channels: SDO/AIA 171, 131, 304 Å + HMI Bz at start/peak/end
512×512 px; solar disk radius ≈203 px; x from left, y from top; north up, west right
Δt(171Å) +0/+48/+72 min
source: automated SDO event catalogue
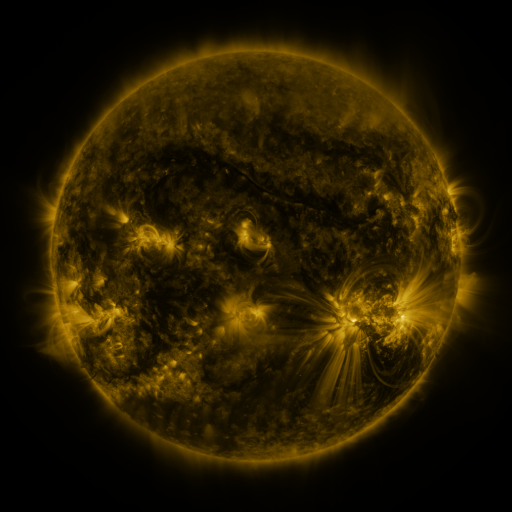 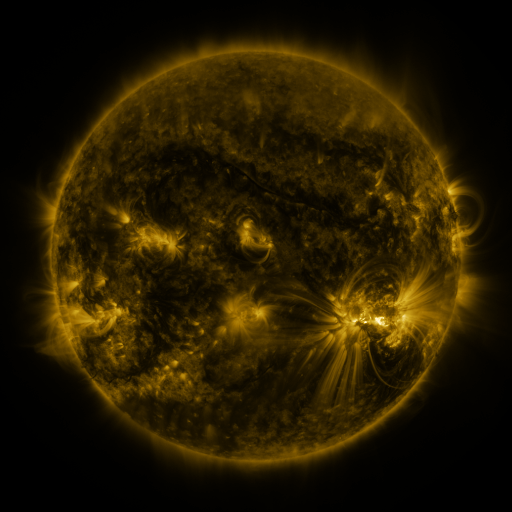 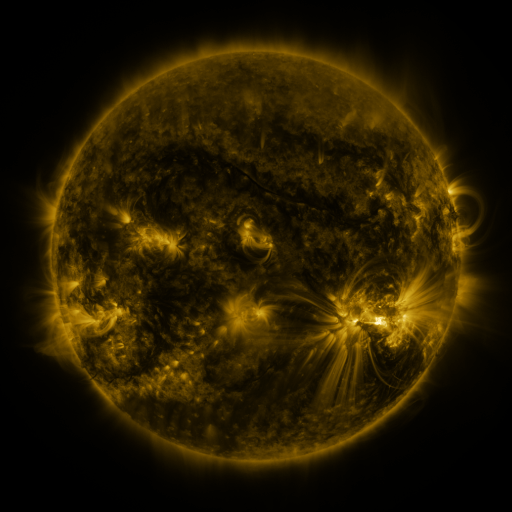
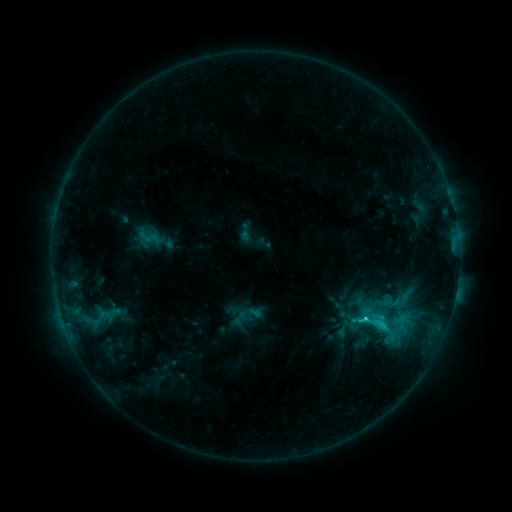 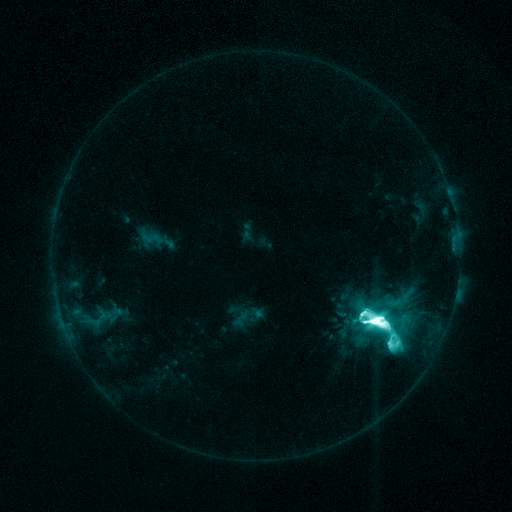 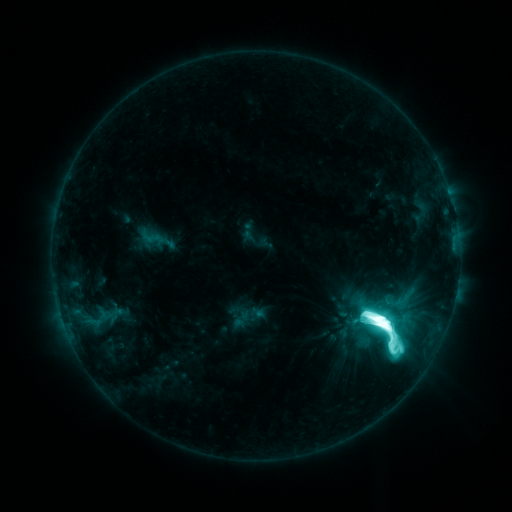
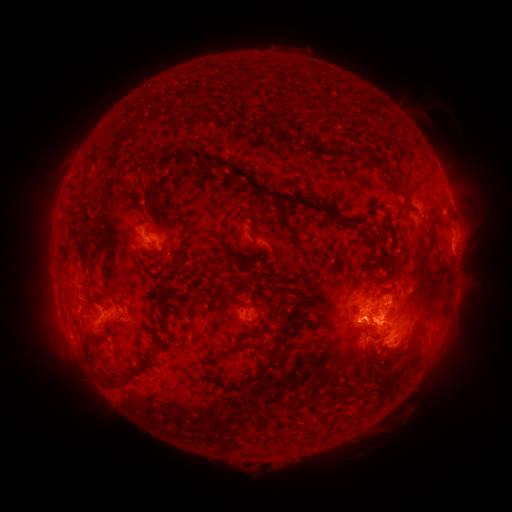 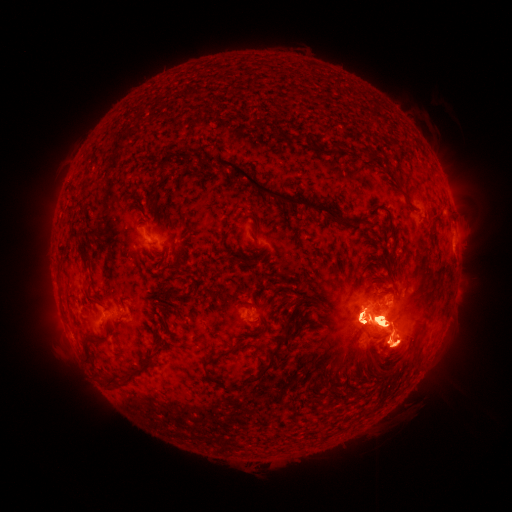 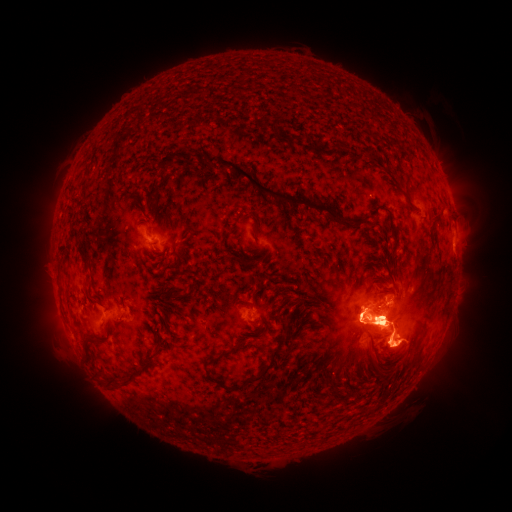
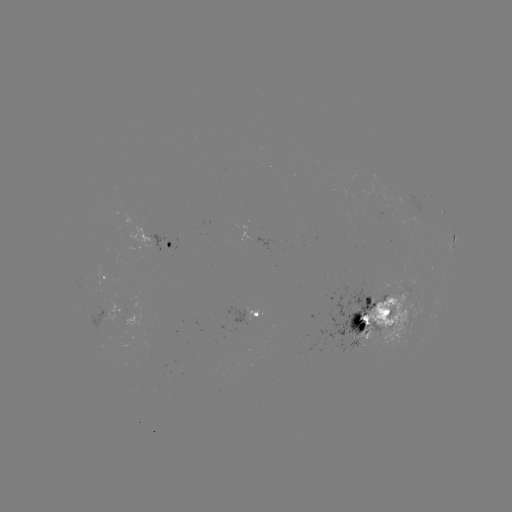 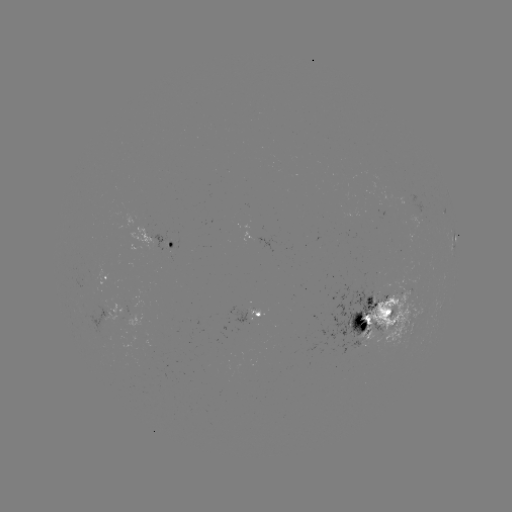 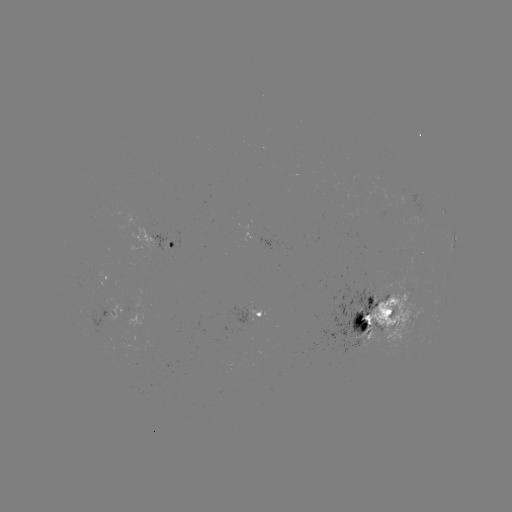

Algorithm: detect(X2.0 flare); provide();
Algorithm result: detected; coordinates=375,318